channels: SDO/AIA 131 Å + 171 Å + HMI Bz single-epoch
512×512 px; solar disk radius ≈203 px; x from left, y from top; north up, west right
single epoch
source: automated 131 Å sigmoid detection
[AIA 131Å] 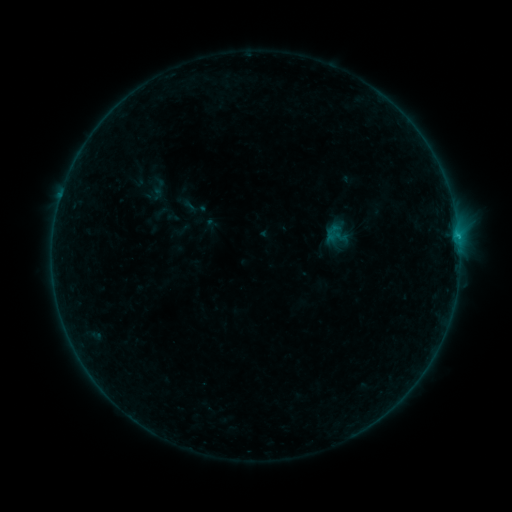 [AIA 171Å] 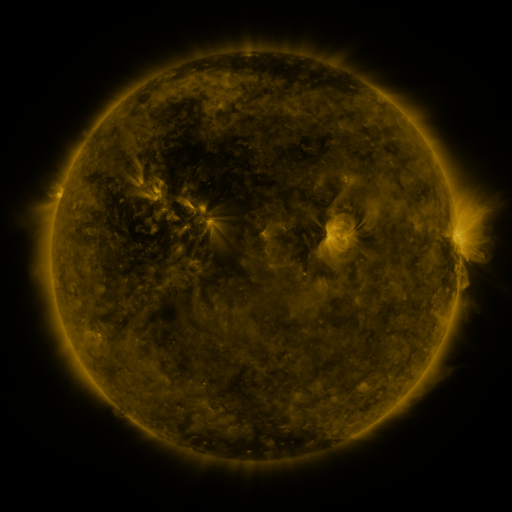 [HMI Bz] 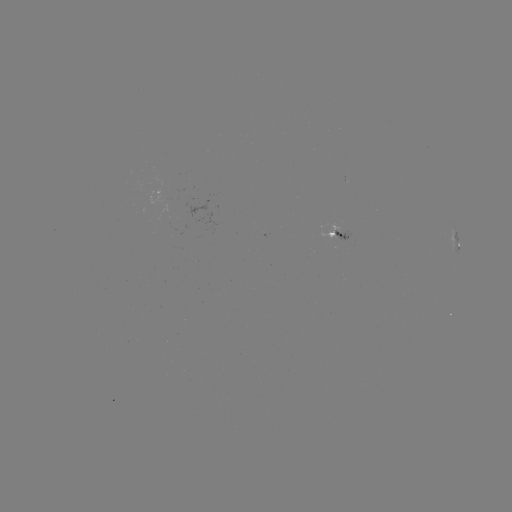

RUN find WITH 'sigmoid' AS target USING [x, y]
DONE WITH [338, 233] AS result